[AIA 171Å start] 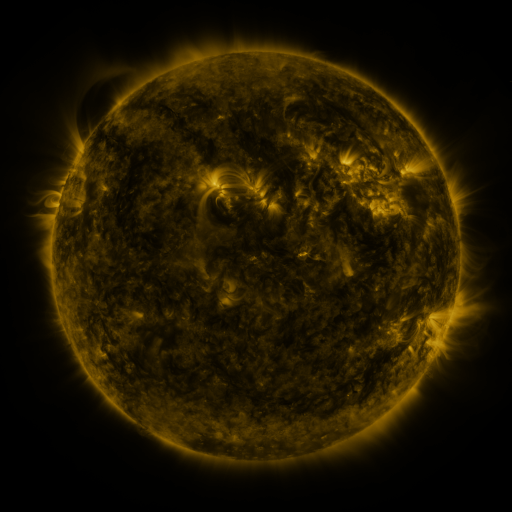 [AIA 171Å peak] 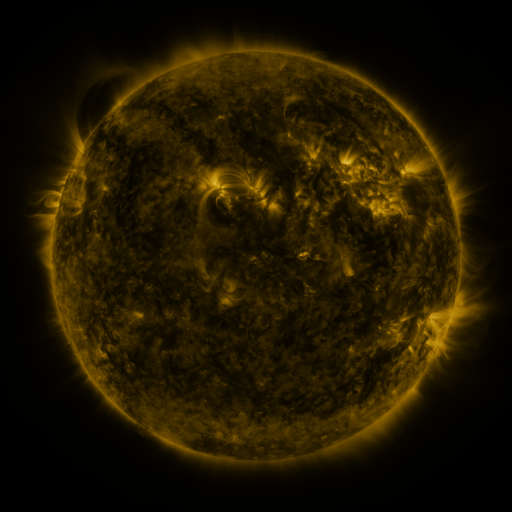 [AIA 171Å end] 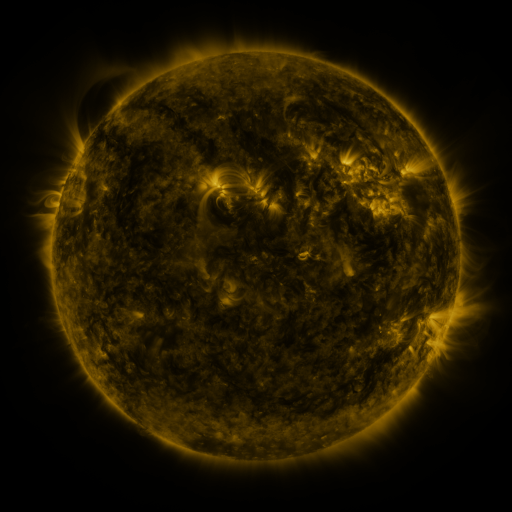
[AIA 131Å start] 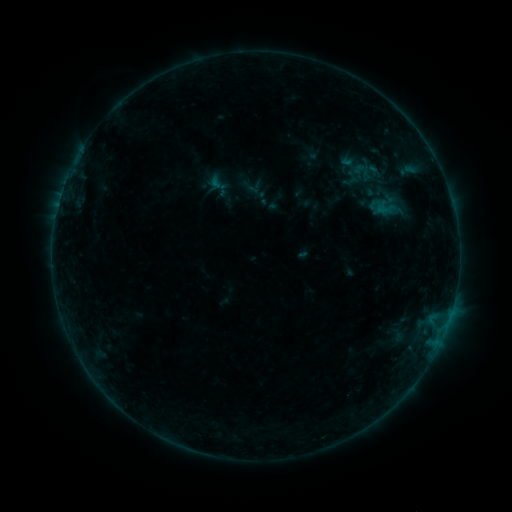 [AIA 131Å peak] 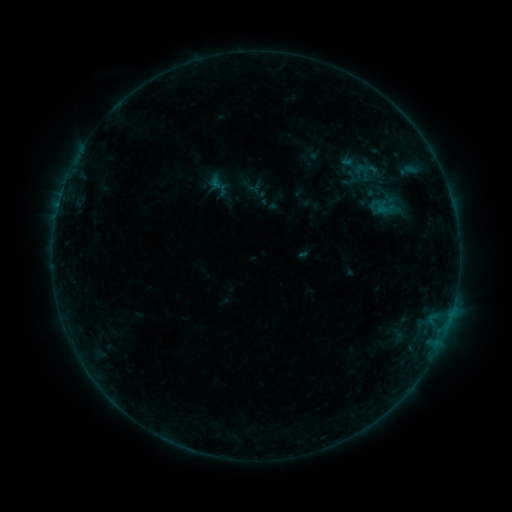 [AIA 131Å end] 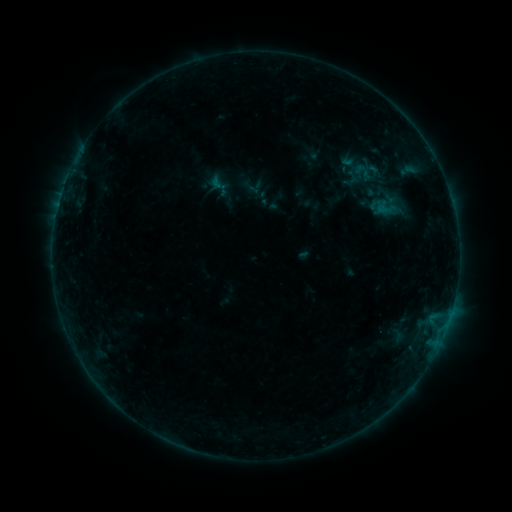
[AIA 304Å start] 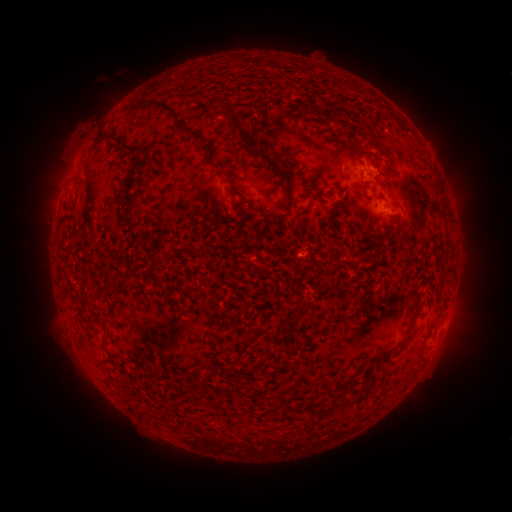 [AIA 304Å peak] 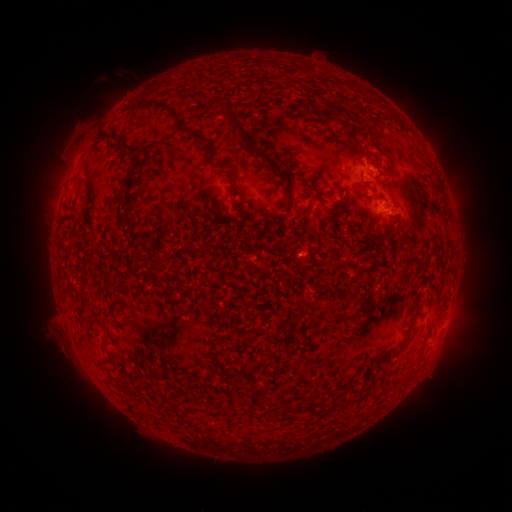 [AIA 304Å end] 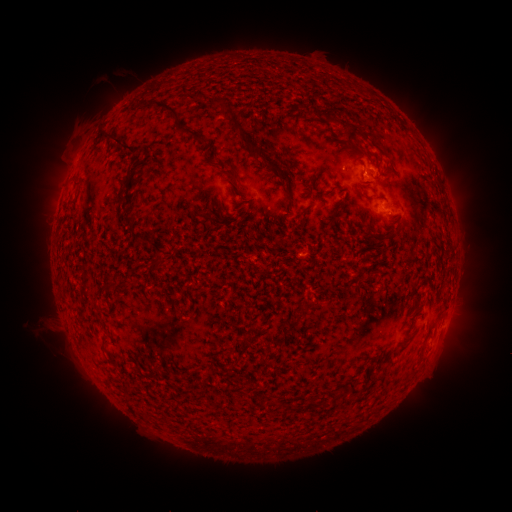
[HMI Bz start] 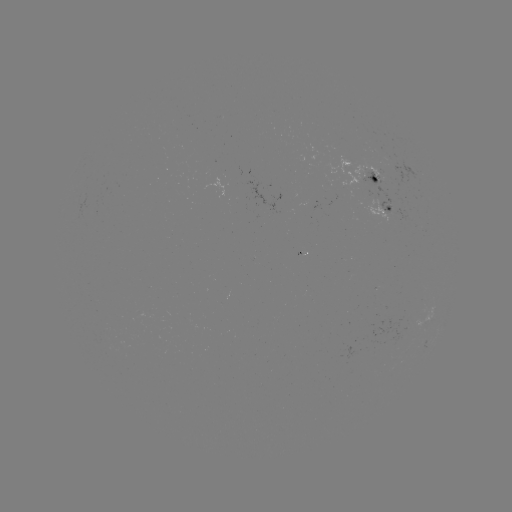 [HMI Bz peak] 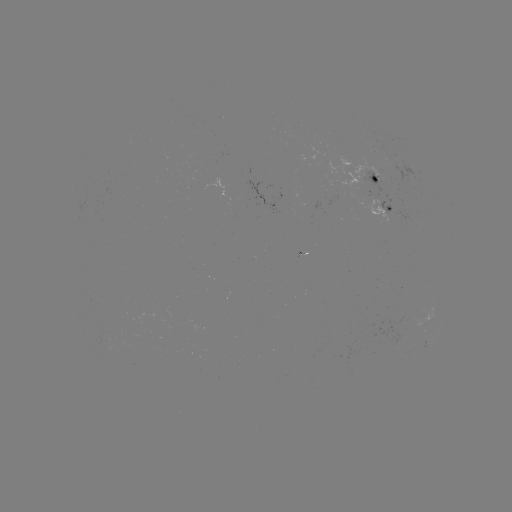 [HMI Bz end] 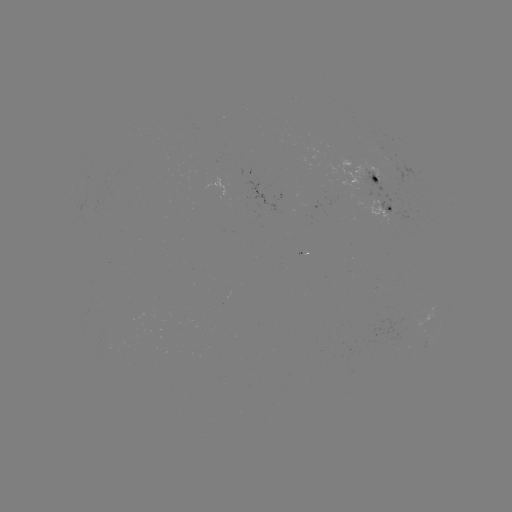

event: eruption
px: (55, 338)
